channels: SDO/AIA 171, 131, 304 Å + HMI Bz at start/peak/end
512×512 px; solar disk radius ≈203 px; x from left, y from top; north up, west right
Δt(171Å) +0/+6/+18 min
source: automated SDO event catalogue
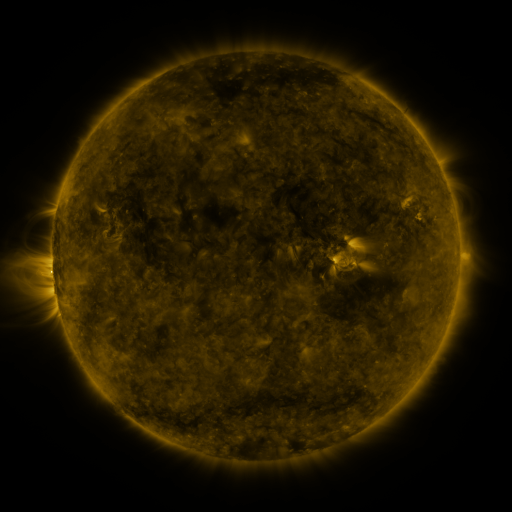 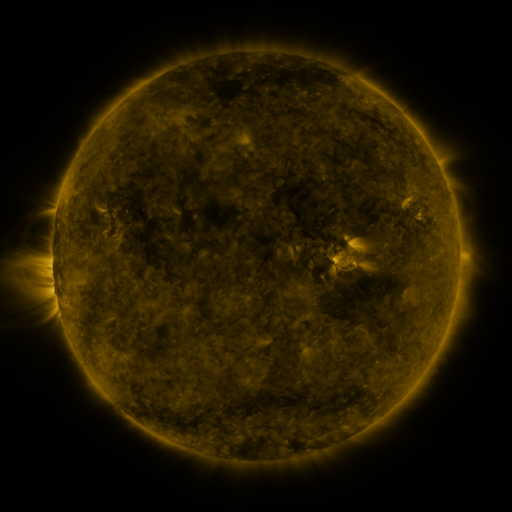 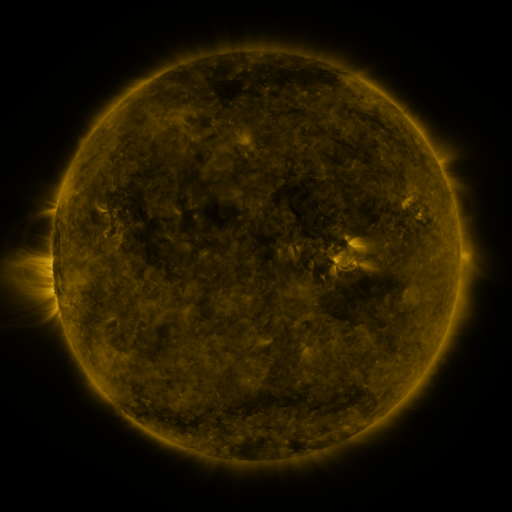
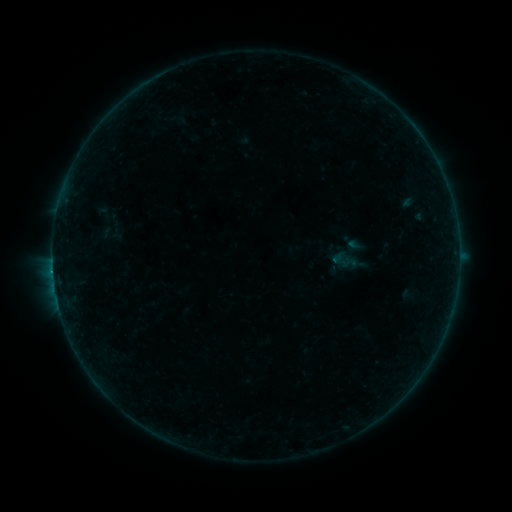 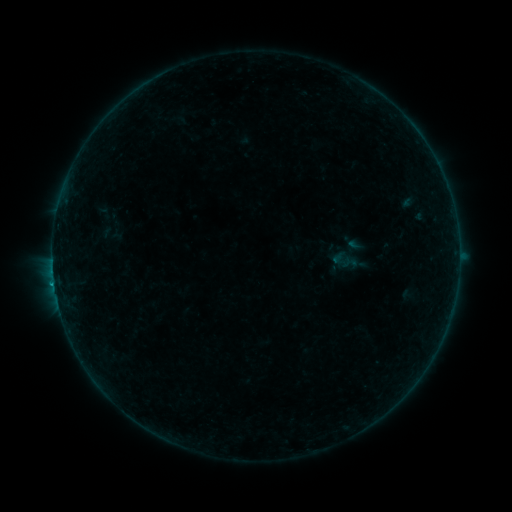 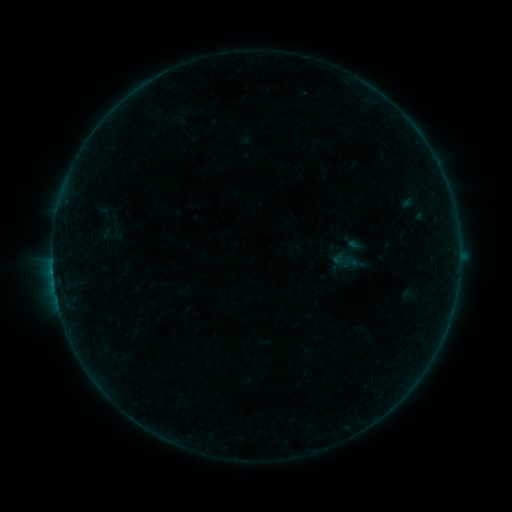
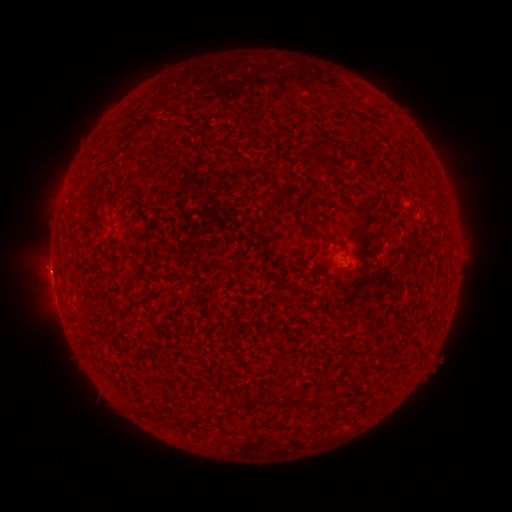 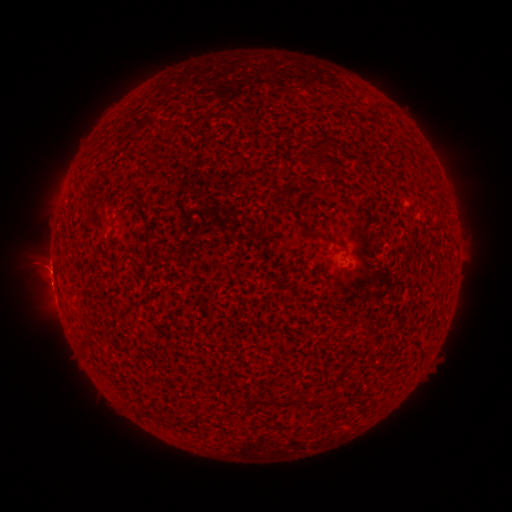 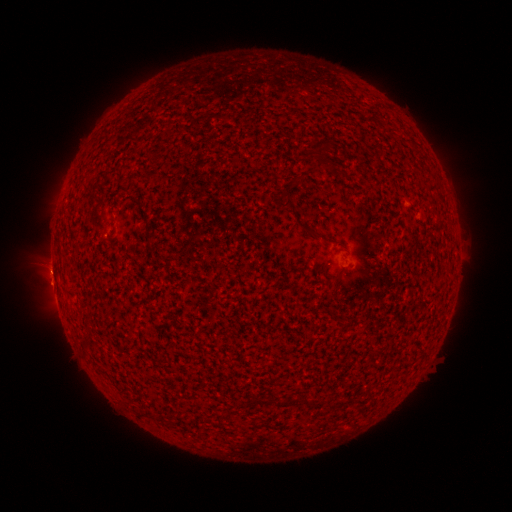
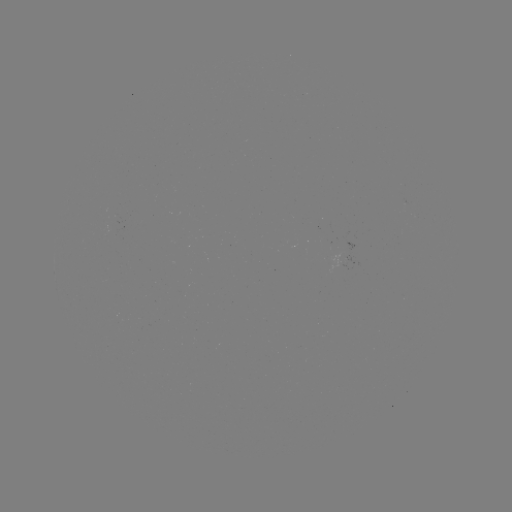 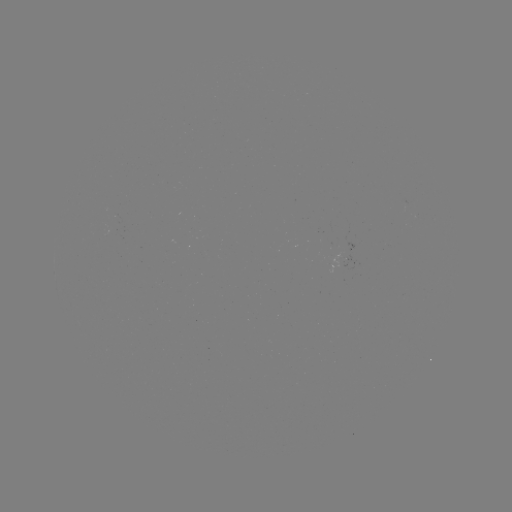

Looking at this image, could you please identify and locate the B2.5 flare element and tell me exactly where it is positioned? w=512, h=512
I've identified B2.5 flare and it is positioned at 54,281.